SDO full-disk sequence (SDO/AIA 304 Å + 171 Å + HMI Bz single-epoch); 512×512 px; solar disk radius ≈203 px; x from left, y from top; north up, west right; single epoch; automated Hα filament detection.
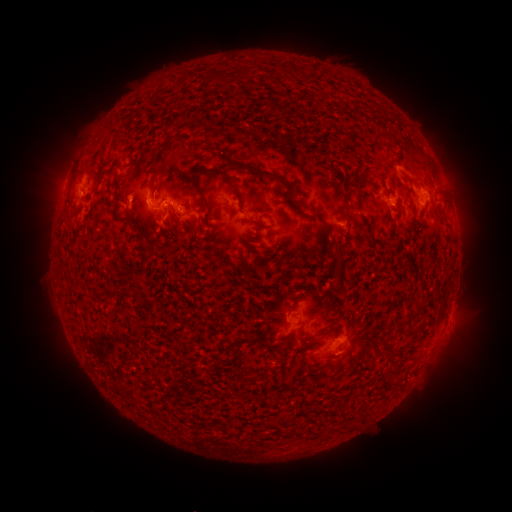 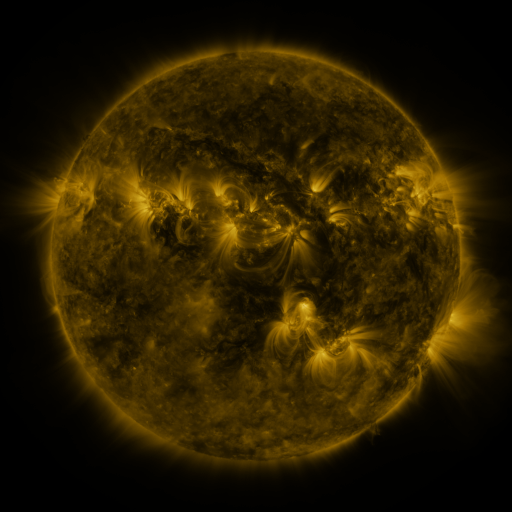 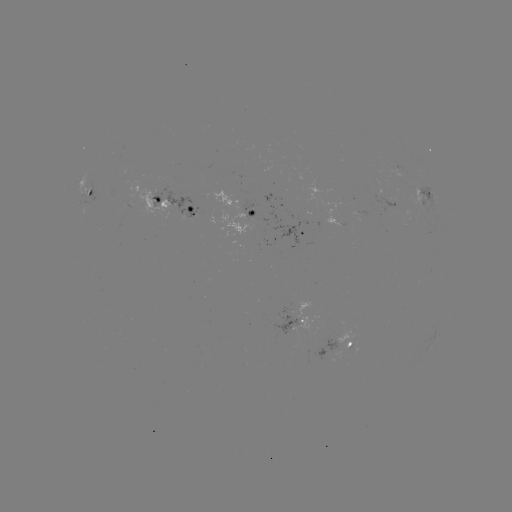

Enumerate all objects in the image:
filament: (269, 100)
filament: (166, 145)
filament: (415, 162)
filament: (261, 173)
filament: (229, 182)
filament: (151, 185)
filament: (202, 196)
filament: (348, 200)
filament: (176, 216)
filament: (336, 255)
filament: (340, 280)
filament: (331, 305)
filament: (269, 349)
